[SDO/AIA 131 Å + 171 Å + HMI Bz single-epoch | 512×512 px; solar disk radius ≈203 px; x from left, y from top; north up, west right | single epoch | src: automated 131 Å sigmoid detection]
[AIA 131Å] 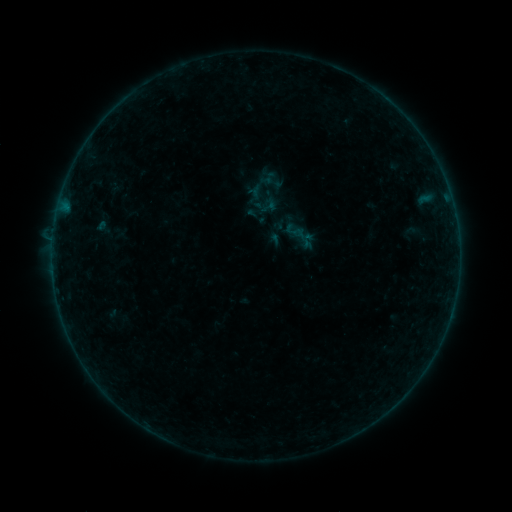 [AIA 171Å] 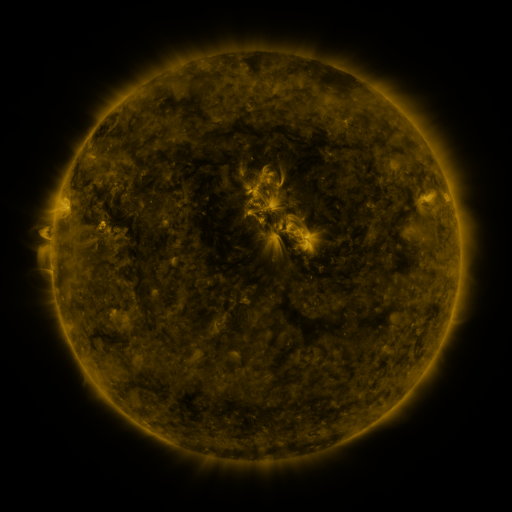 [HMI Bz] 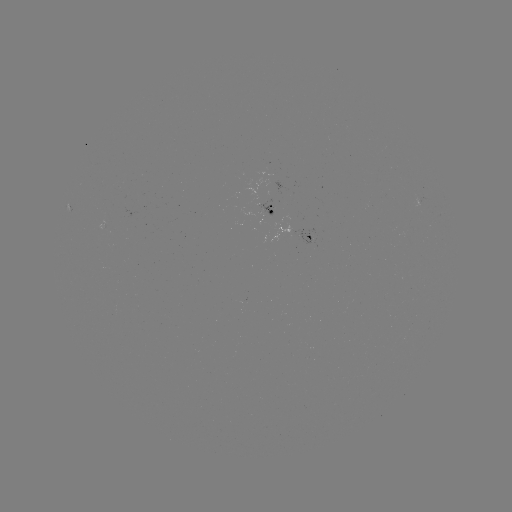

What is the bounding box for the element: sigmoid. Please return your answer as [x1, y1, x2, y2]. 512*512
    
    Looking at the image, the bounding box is [258, 194, 279, 215].